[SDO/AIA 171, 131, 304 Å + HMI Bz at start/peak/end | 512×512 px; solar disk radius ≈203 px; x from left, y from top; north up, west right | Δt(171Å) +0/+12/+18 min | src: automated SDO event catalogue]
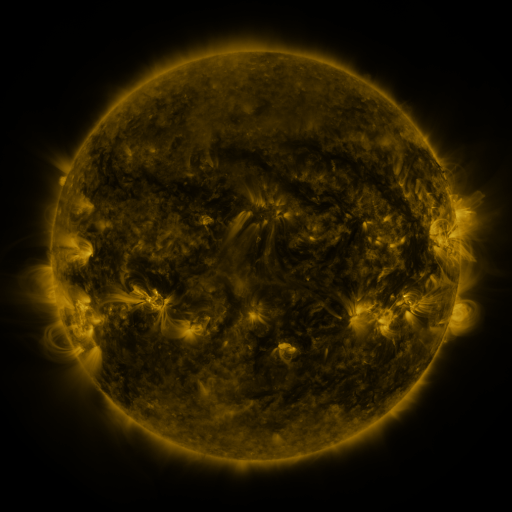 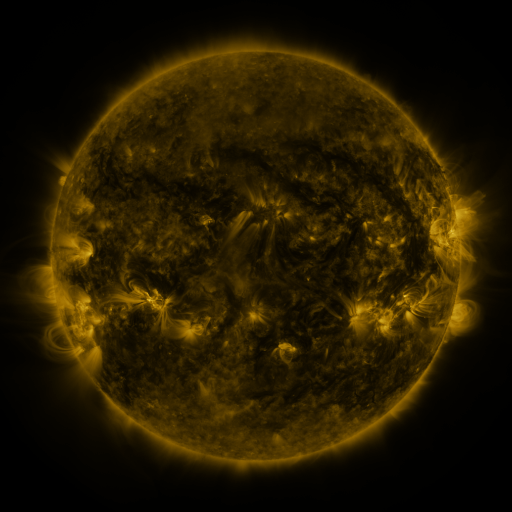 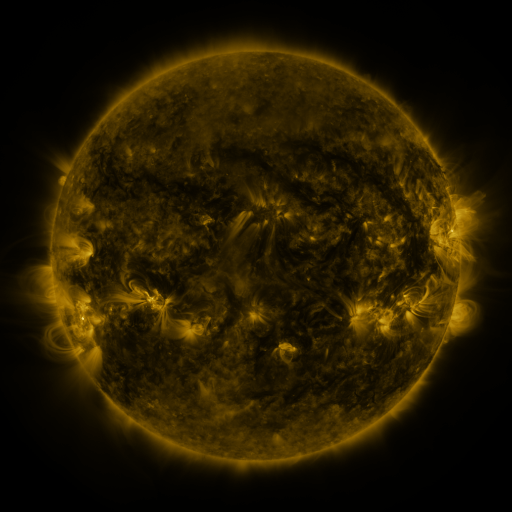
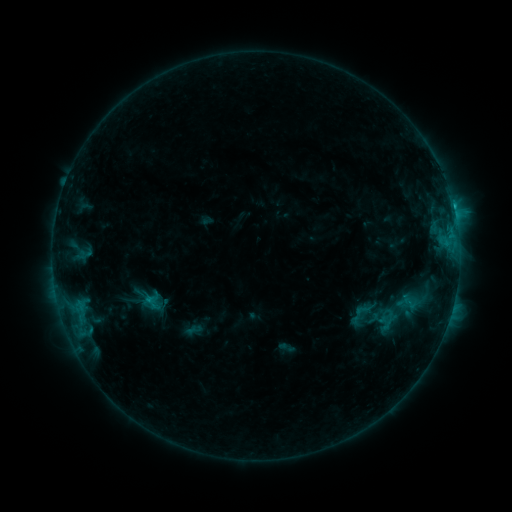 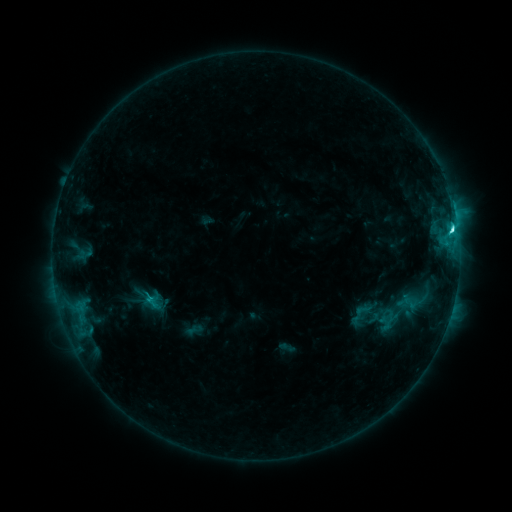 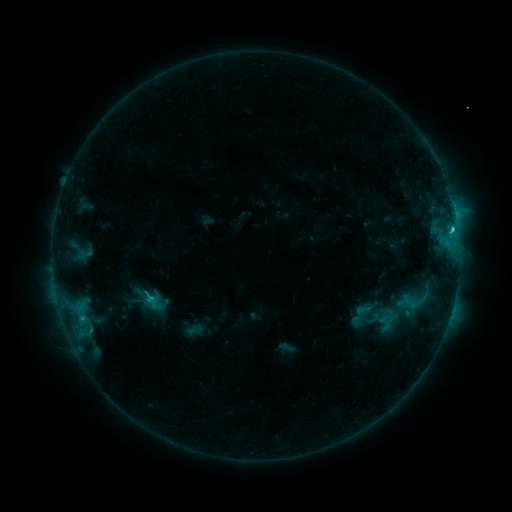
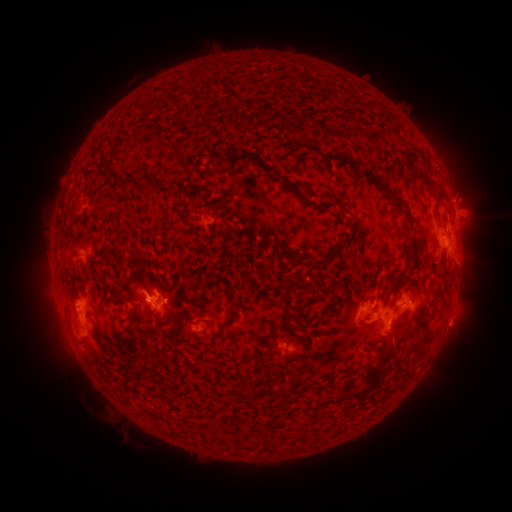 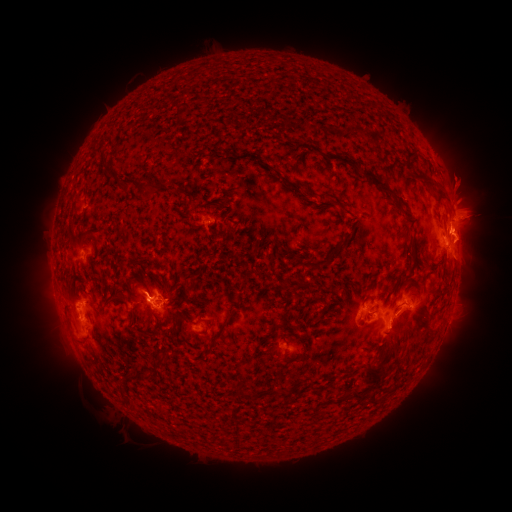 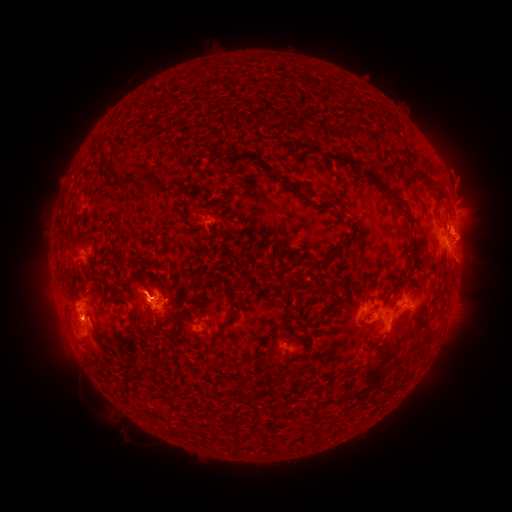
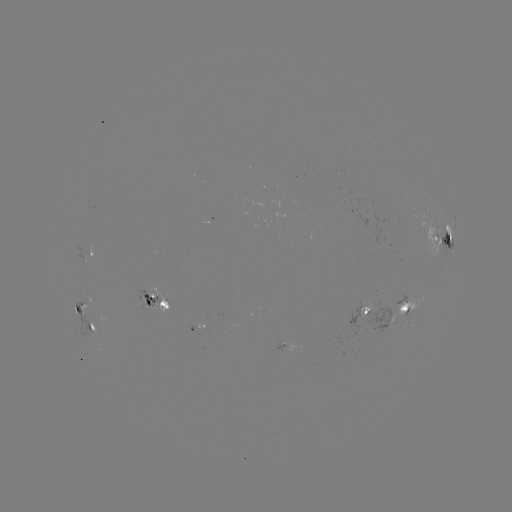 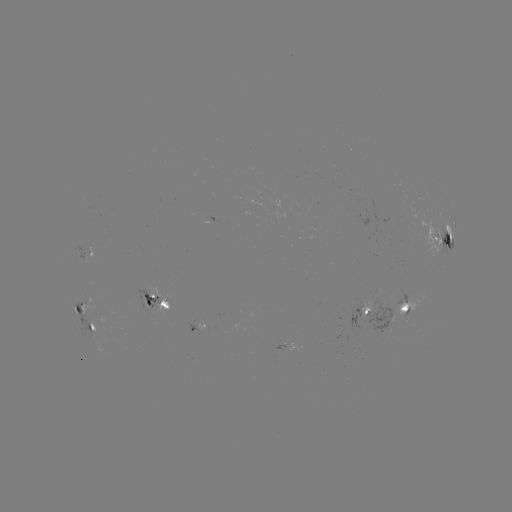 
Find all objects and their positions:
C5.2 flare: (451, 231)
